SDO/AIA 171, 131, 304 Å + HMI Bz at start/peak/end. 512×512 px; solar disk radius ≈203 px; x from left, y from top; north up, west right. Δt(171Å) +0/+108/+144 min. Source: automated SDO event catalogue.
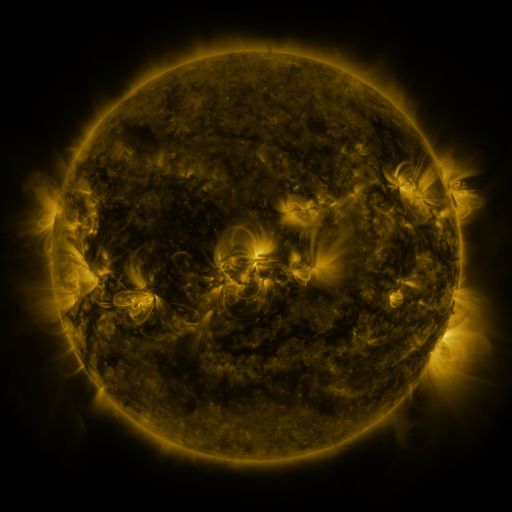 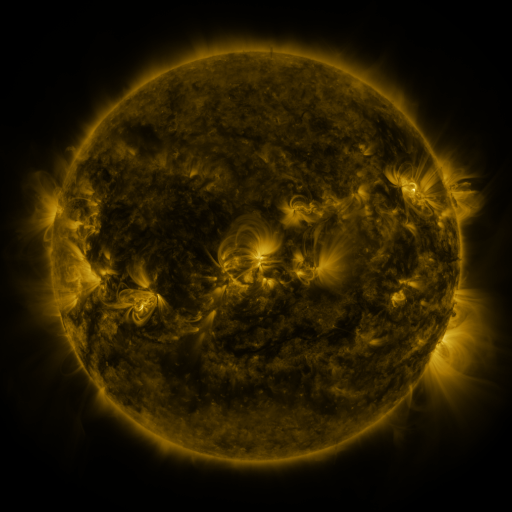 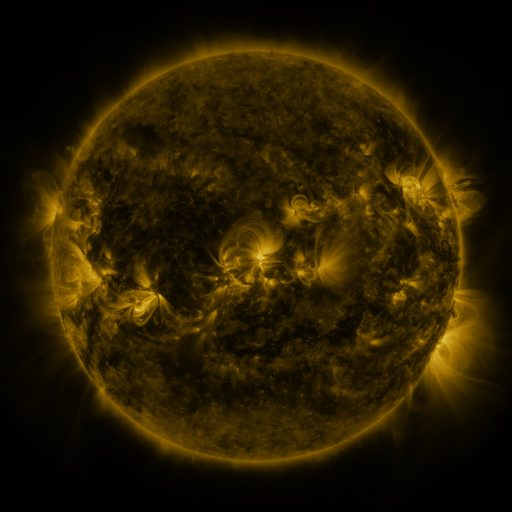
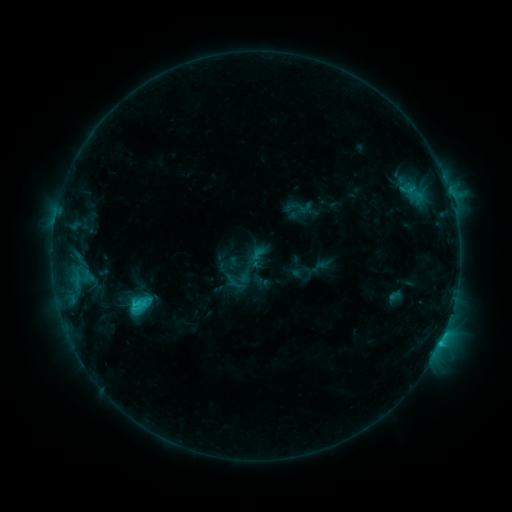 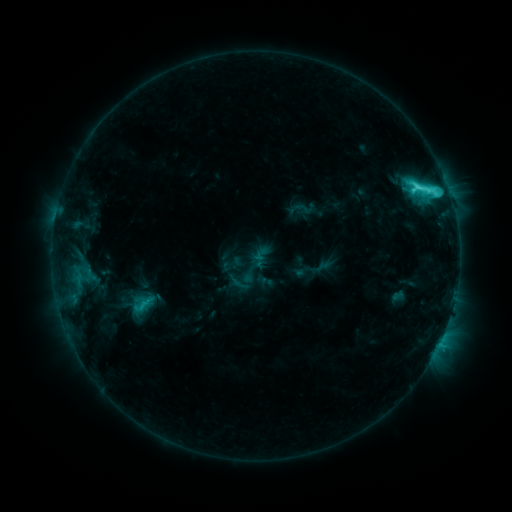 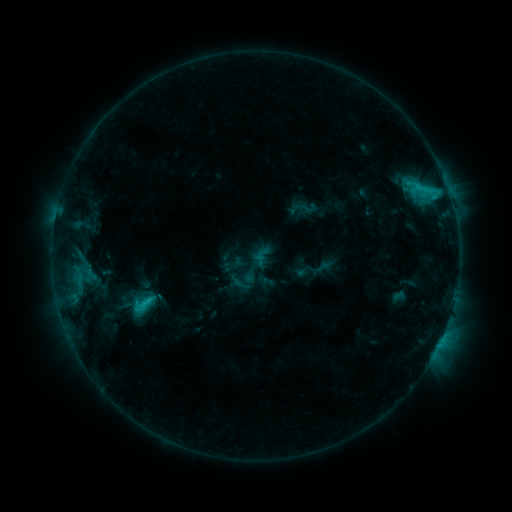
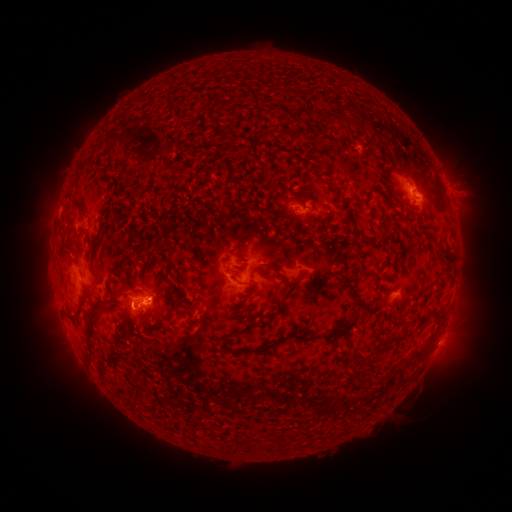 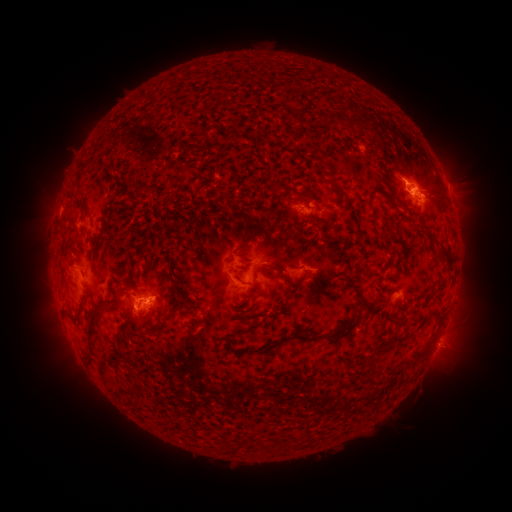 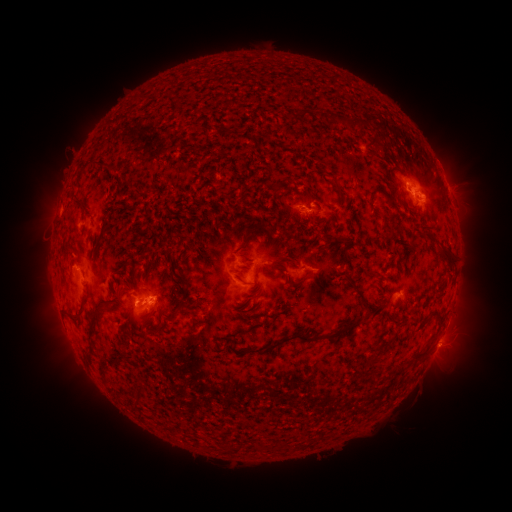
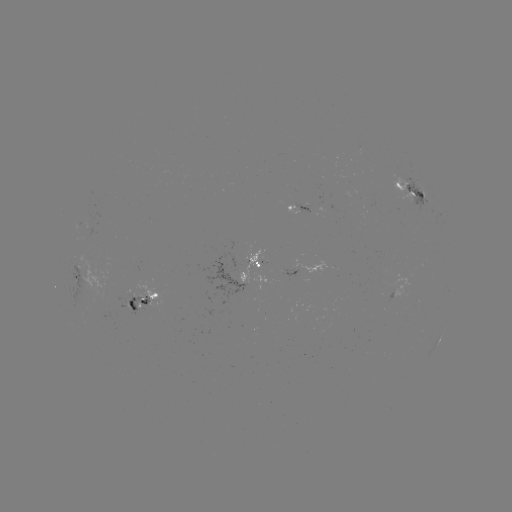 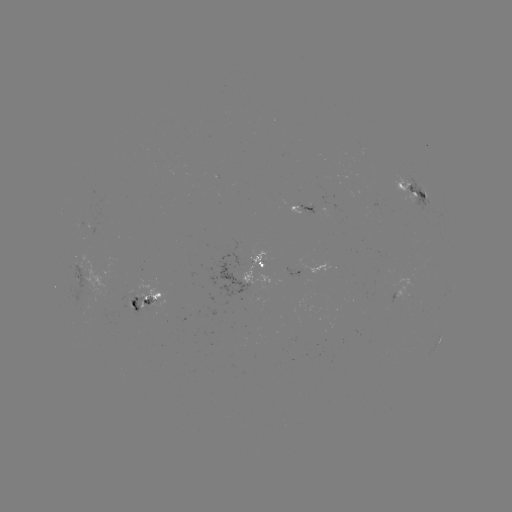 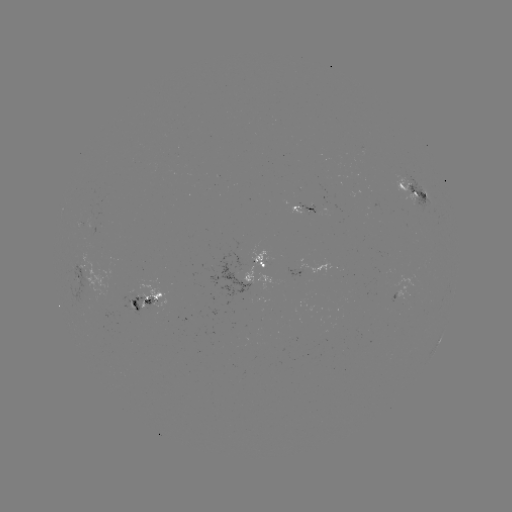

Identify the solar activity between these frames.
emerging-flux region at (239, 289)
